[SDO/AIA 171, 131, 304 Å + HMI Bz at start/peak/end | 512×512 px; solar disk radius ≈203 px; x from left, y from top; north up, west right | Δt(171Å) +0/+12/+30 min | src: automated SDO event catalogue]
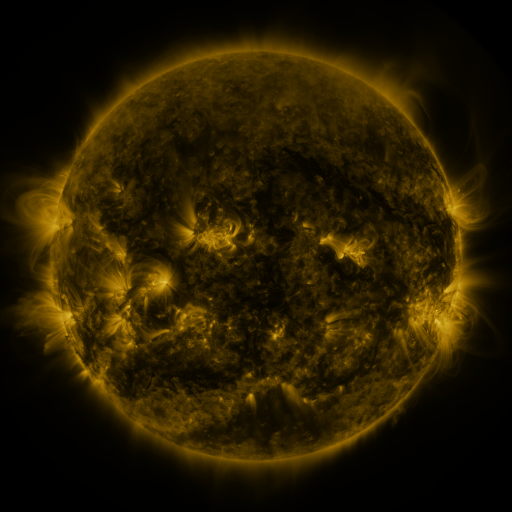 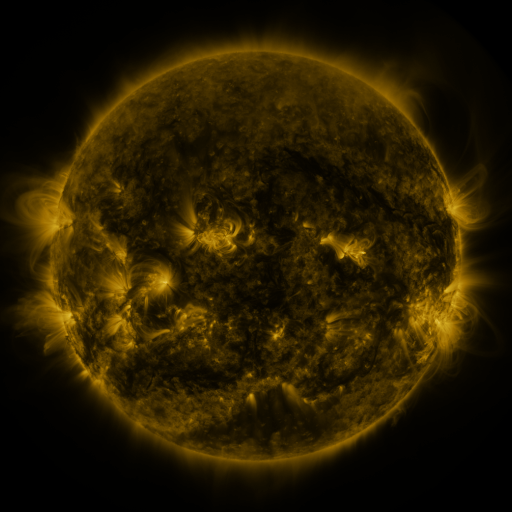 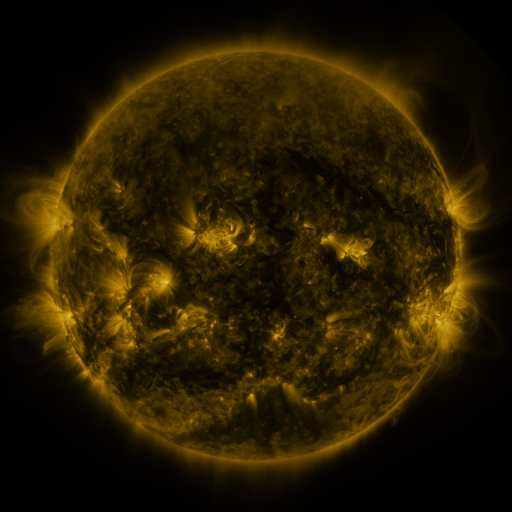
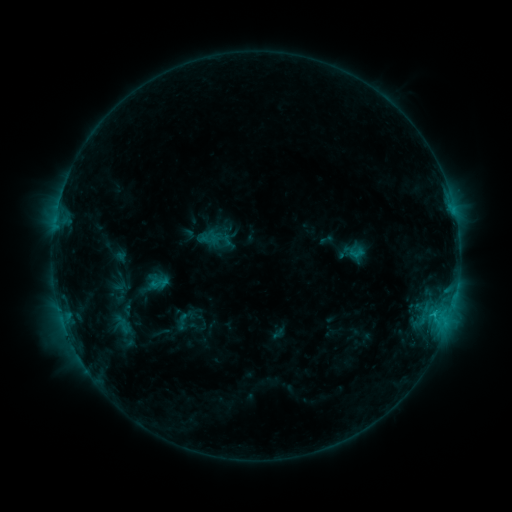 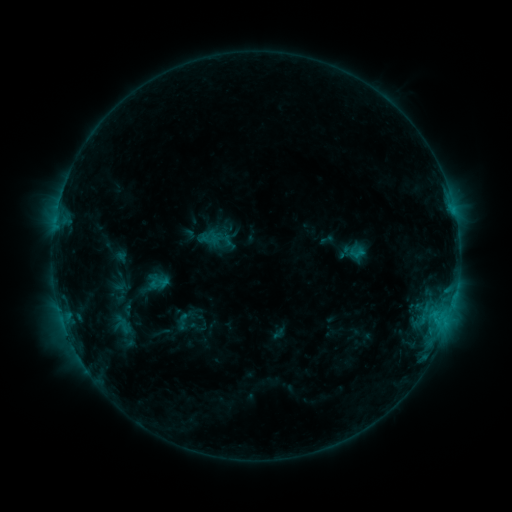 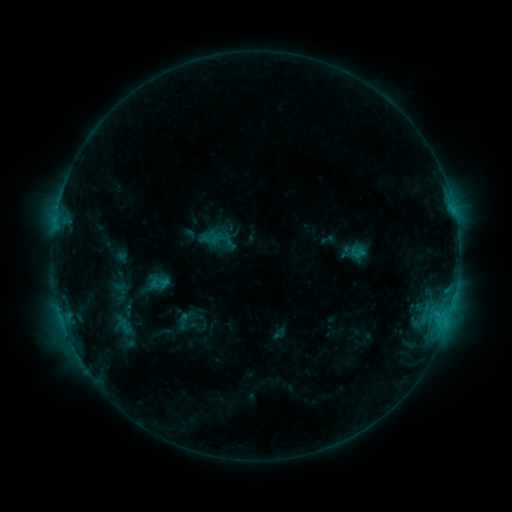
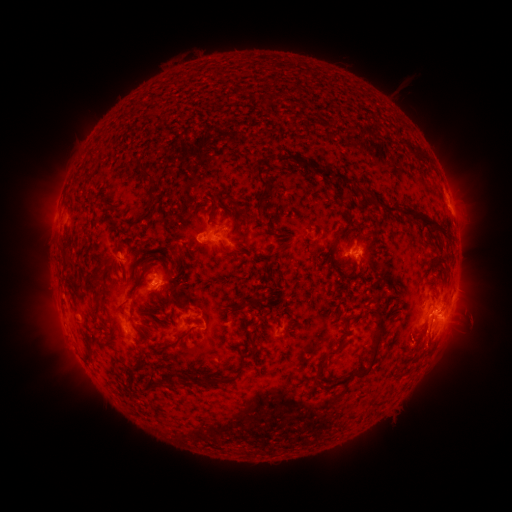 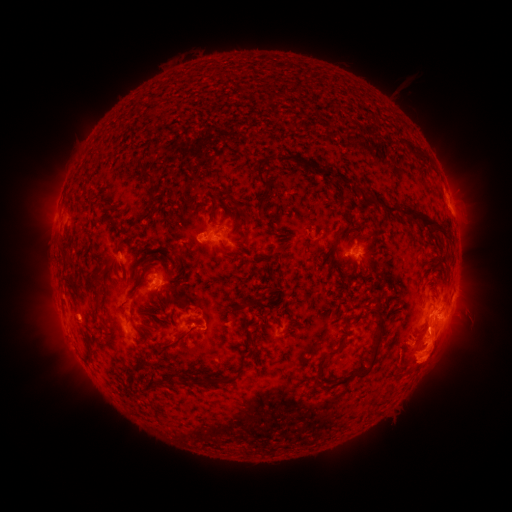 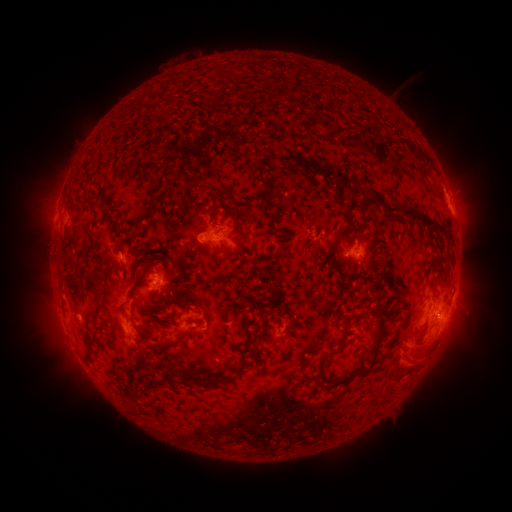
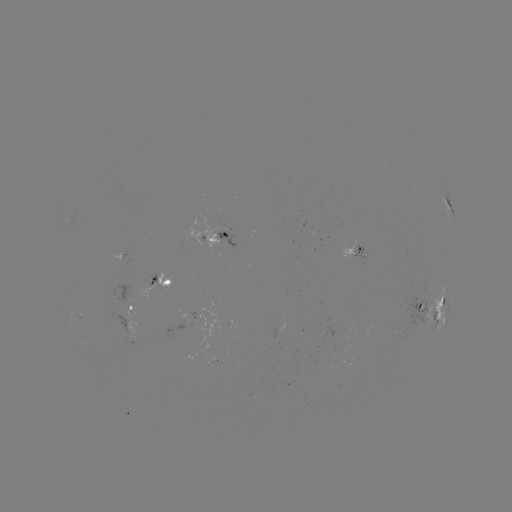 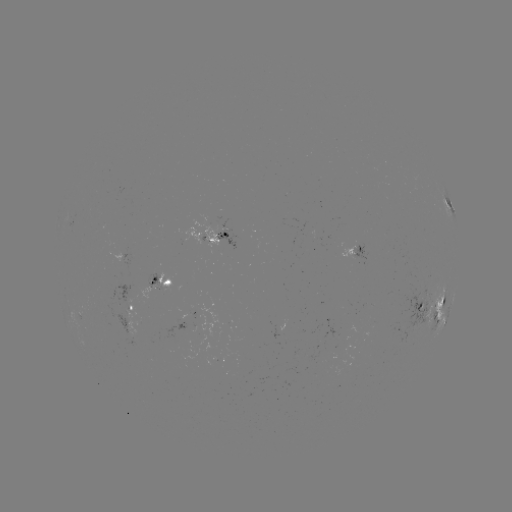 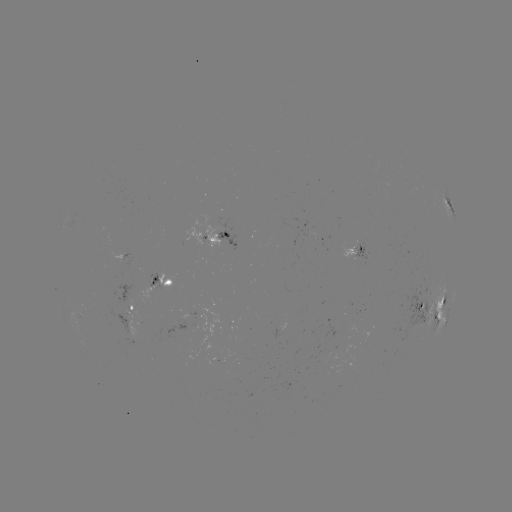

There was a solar eruption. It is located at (423, 358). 